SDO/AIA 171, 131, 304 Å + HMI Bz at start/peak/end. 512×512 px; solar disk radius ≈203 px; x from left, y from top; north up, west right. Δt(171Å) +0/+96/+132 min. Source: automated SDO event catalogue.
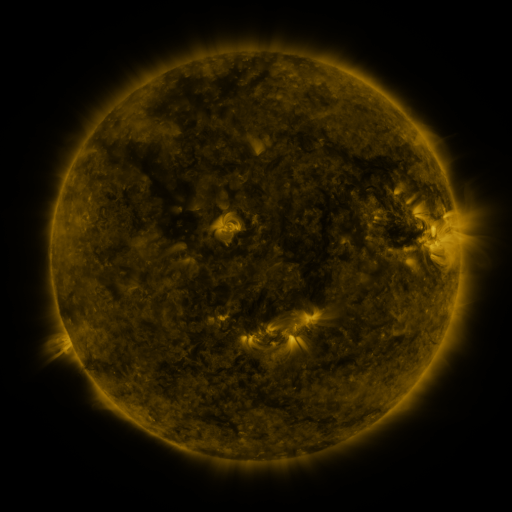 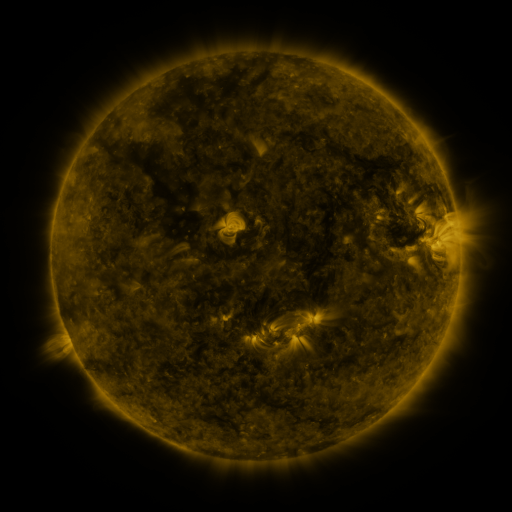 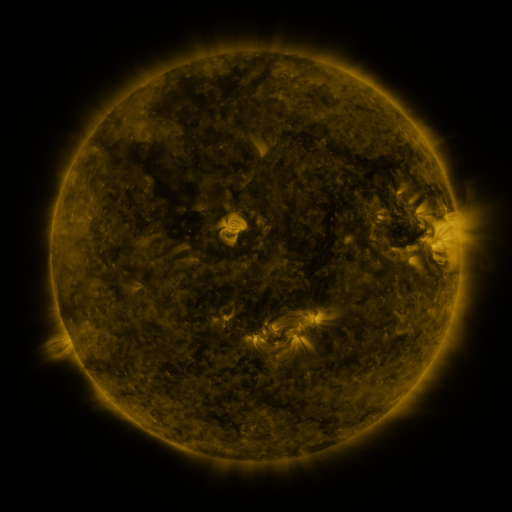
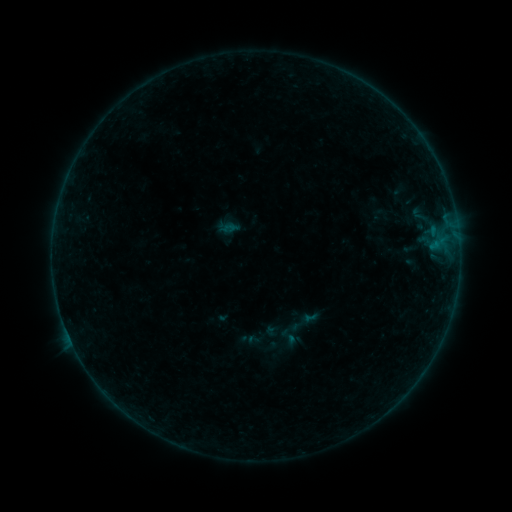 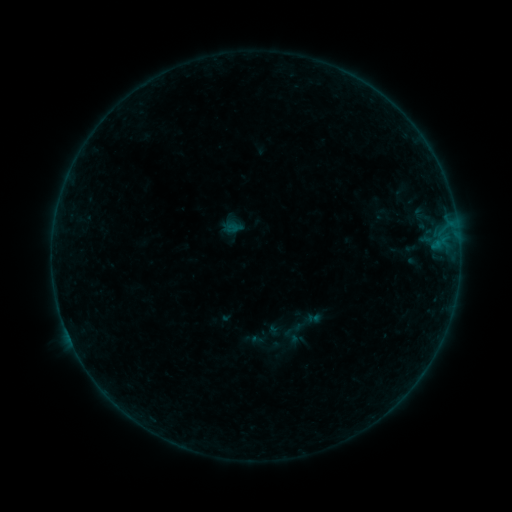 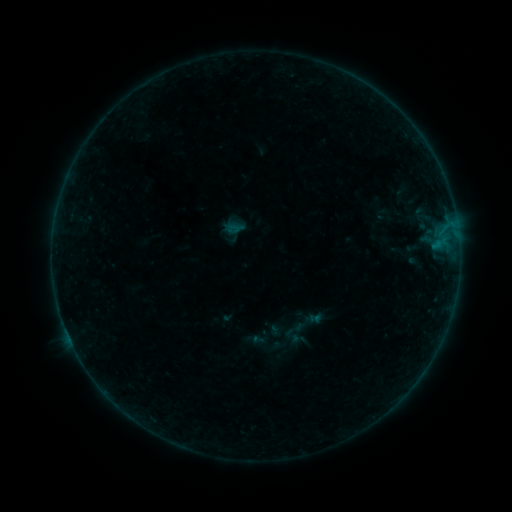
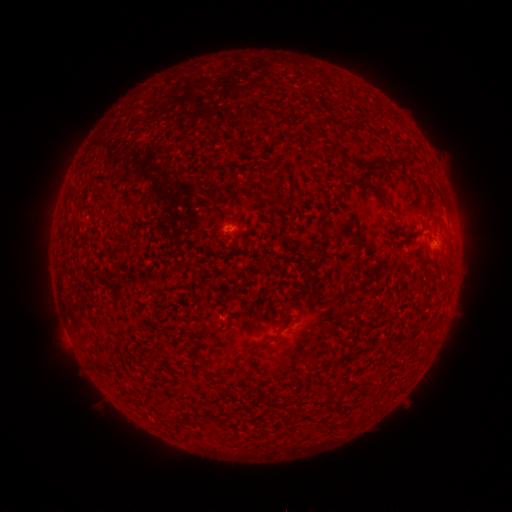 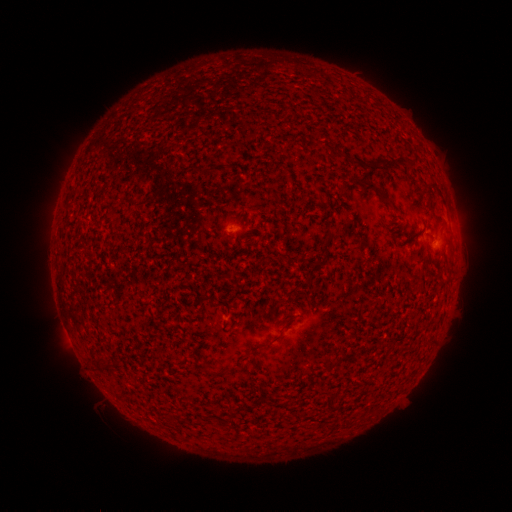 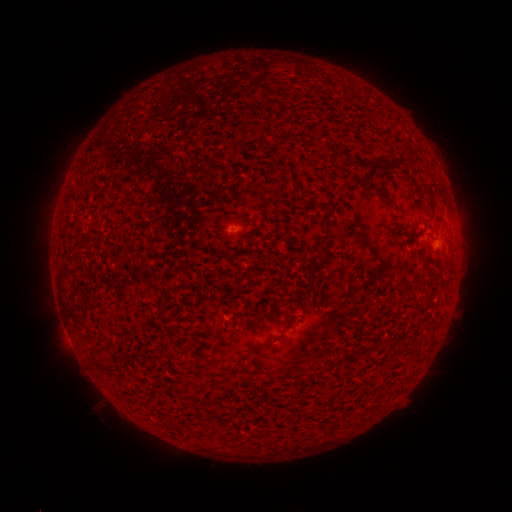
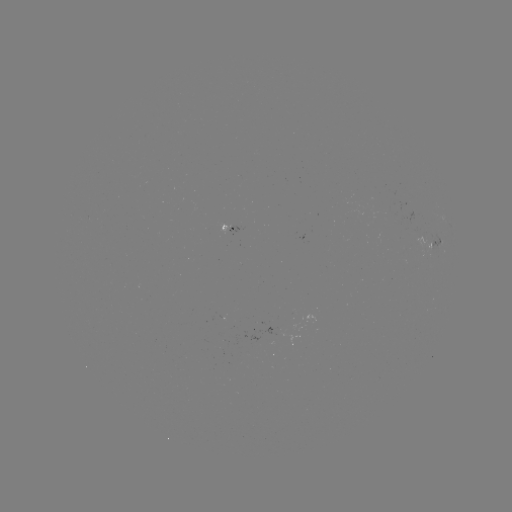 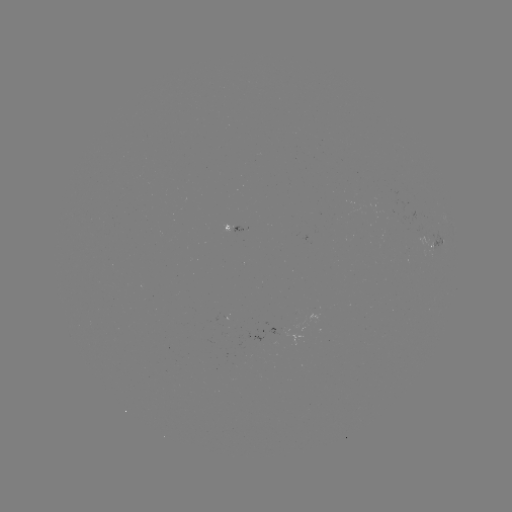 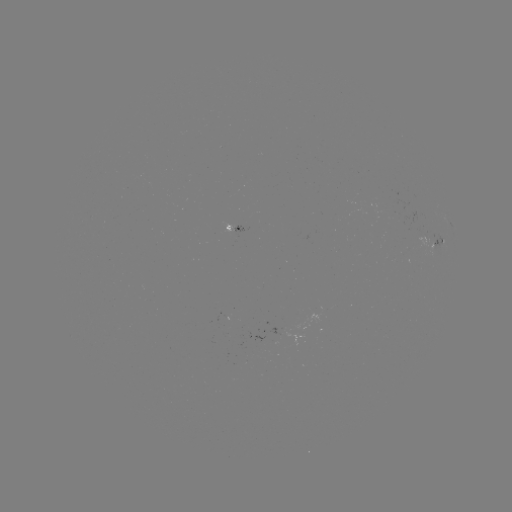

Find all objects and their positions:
emerging-flux region: (425, 240)
